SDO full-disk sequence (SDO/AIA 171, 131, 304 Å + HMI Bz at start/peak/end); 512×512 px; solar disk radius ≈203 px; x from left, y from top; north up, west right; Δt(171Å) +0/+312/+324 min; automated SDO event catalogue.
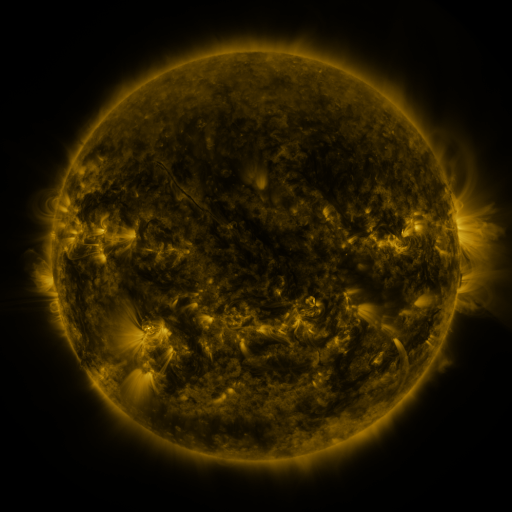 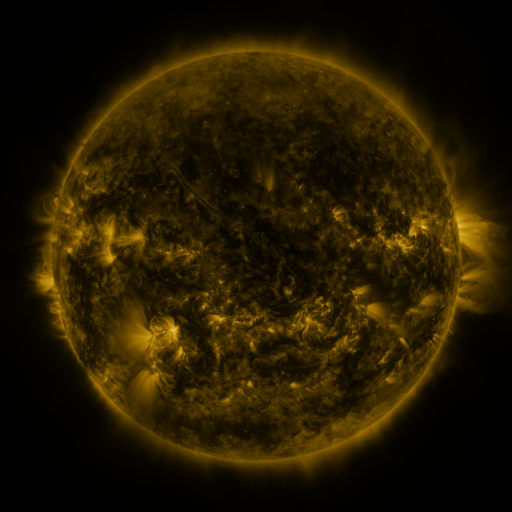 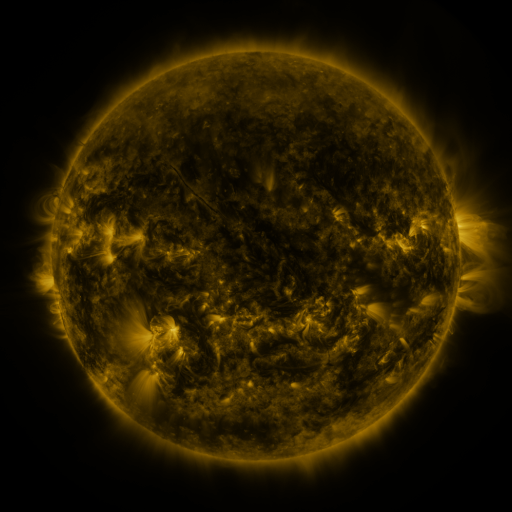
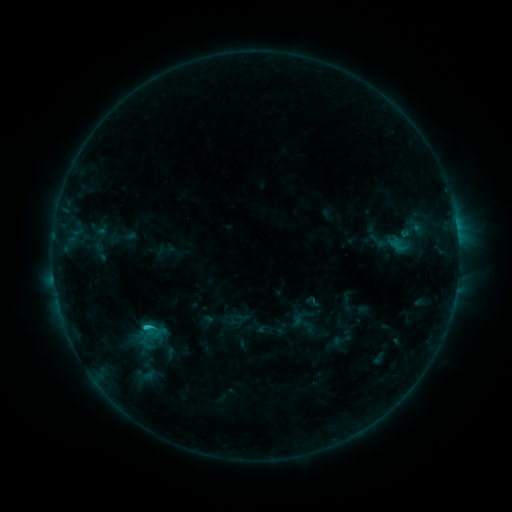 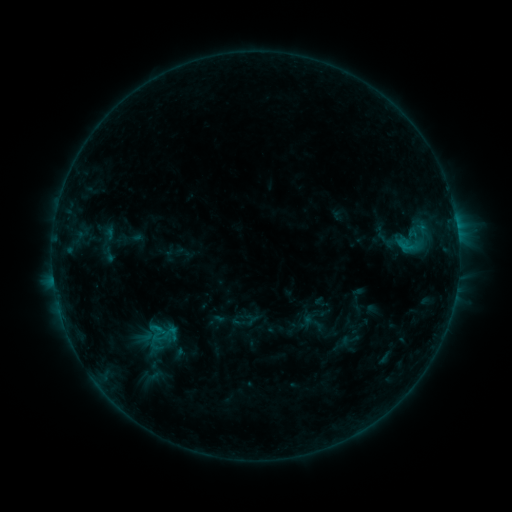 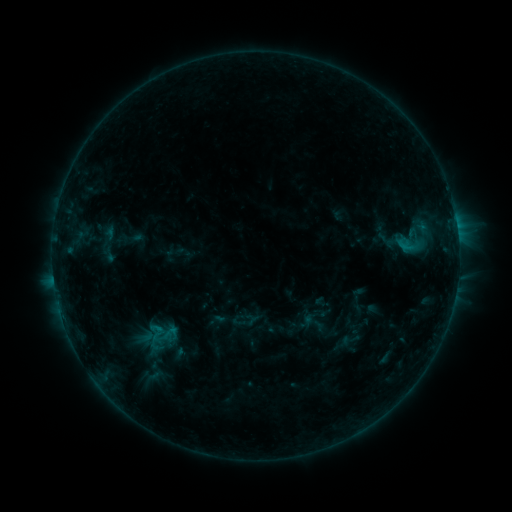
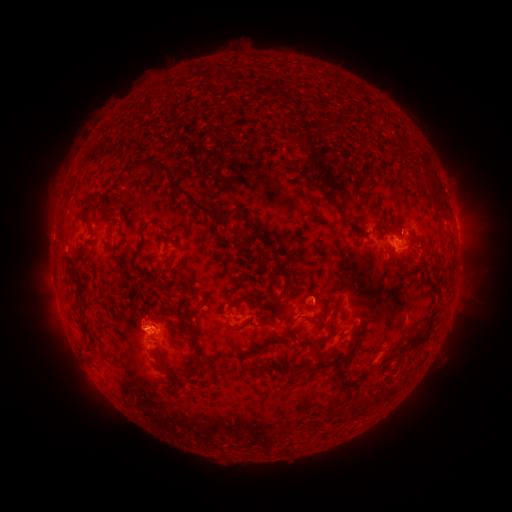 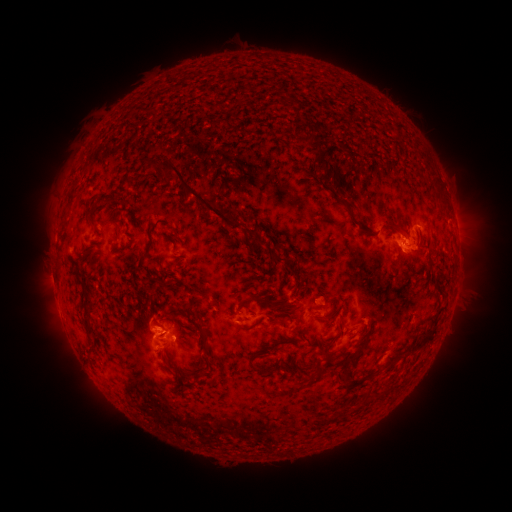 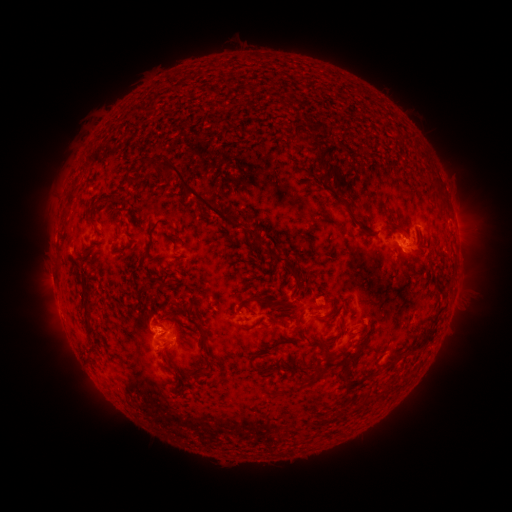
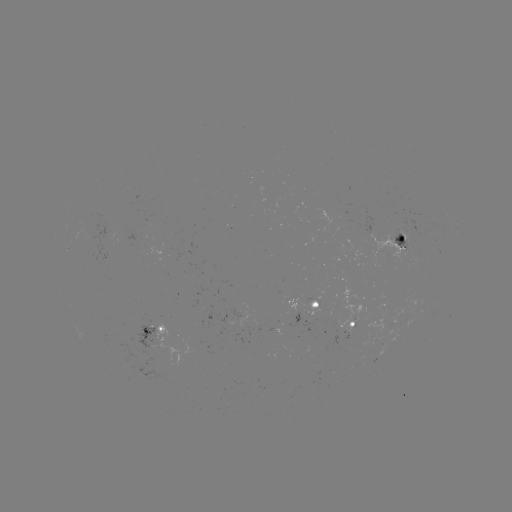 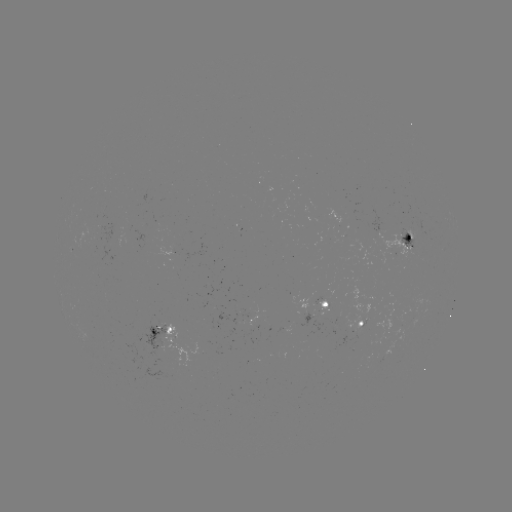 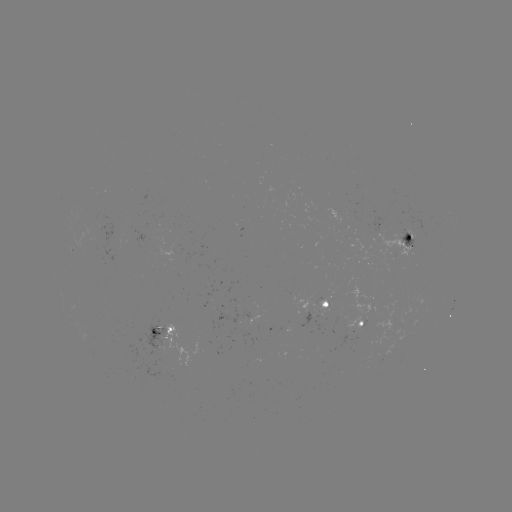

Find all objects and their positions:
emerging-flux region: (156, 331)
